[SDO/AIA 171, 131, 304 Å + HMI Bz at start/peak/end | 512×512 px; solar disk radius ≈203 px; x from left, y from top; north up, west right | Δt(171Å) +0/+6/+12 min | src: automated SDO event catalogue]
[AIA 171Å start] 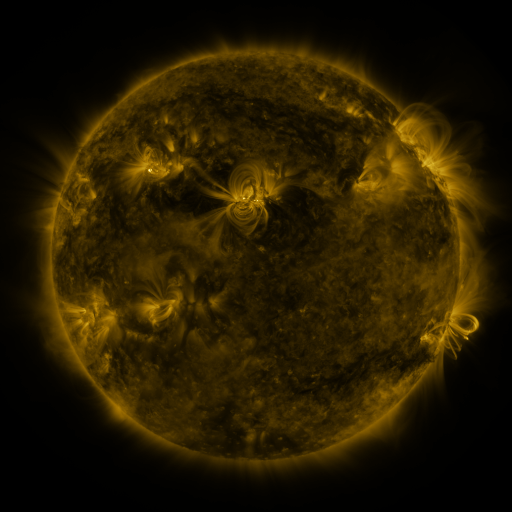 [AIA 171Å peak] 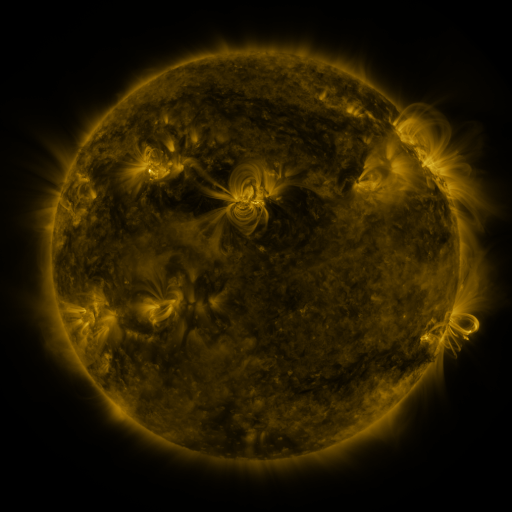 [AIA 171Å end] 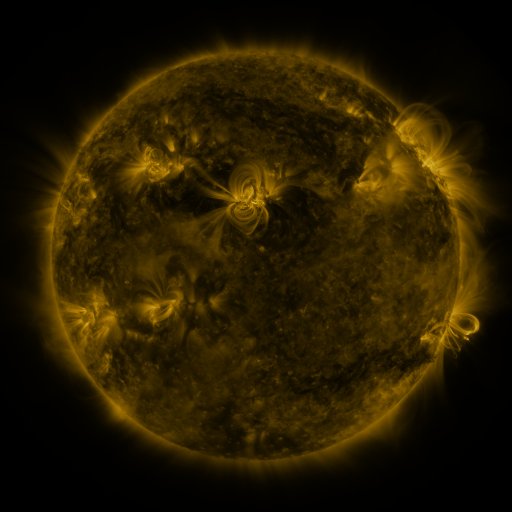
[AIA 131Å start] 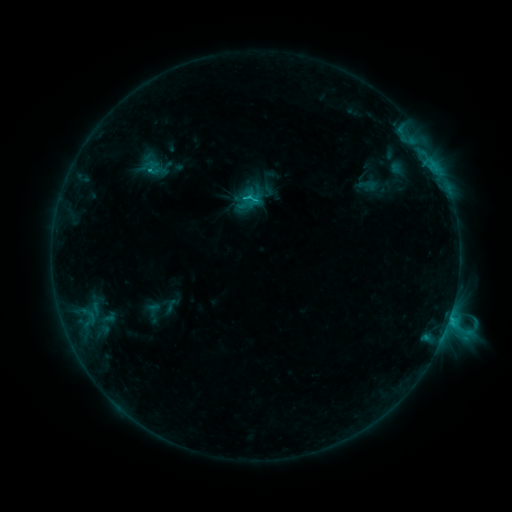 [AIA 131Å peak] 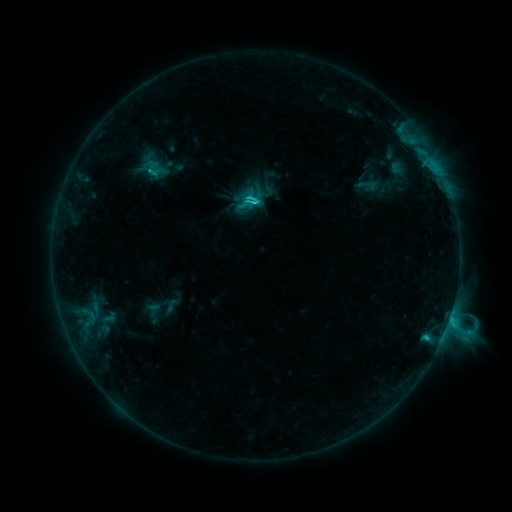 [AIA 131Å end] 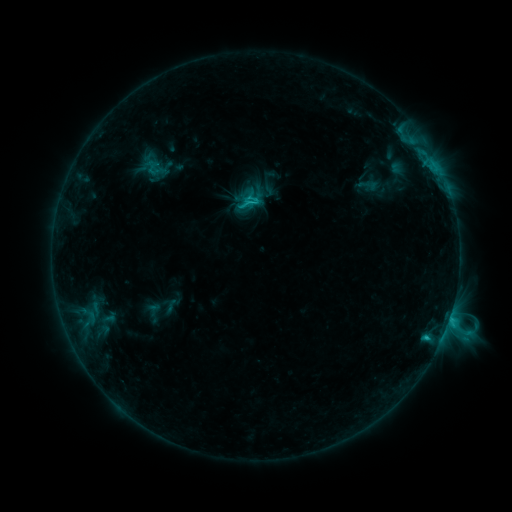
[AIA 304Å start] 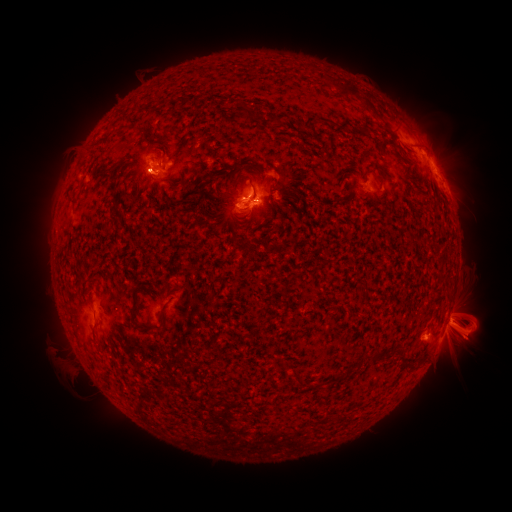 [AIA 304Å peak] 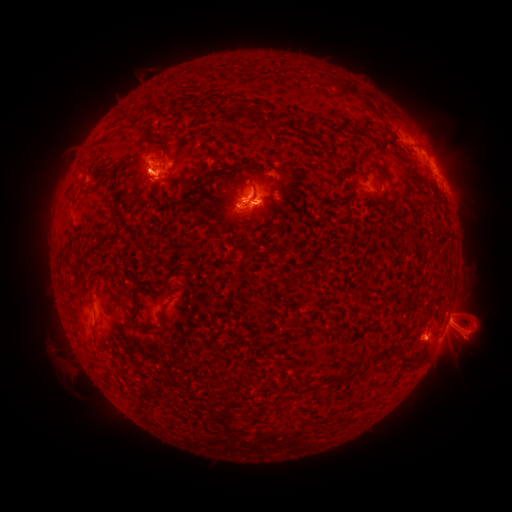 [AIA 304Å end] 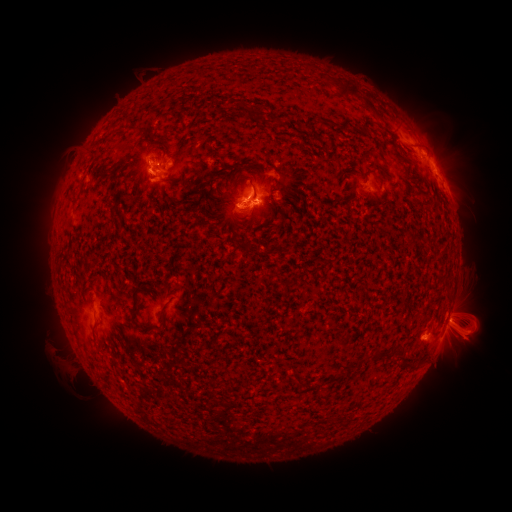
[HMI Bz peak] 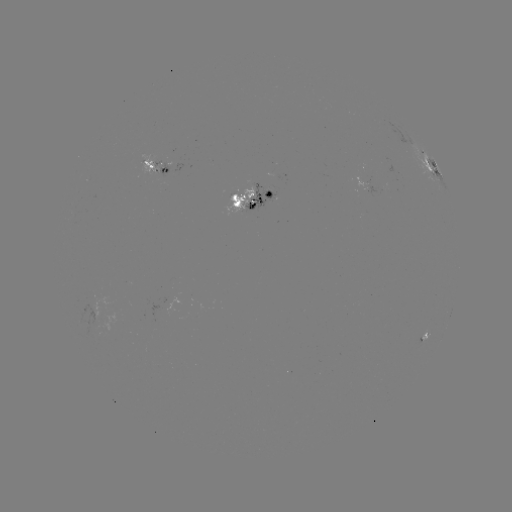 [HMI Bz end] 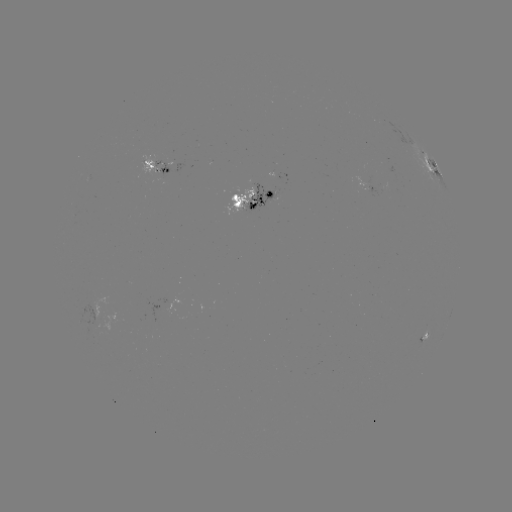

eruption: <bbox>113, 129, 189, 209</bbox>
